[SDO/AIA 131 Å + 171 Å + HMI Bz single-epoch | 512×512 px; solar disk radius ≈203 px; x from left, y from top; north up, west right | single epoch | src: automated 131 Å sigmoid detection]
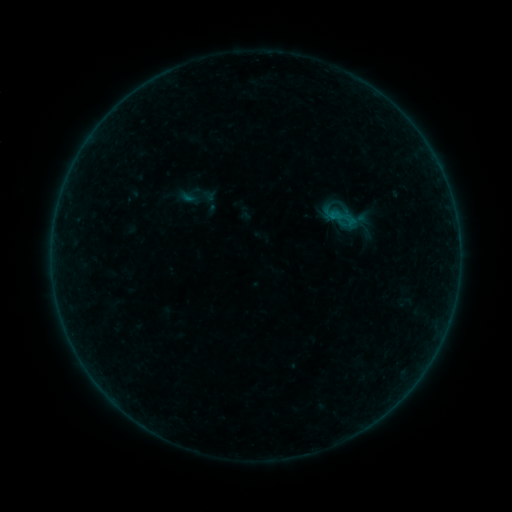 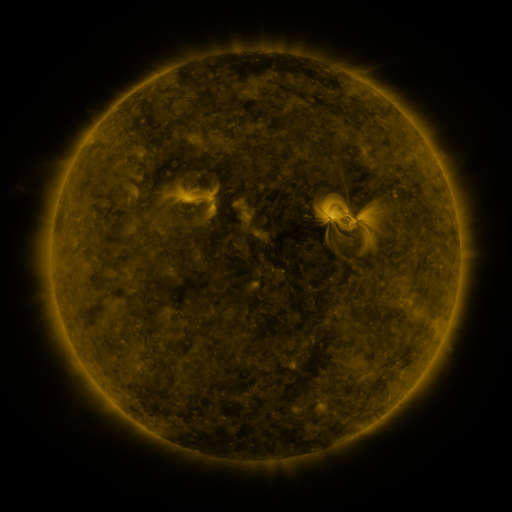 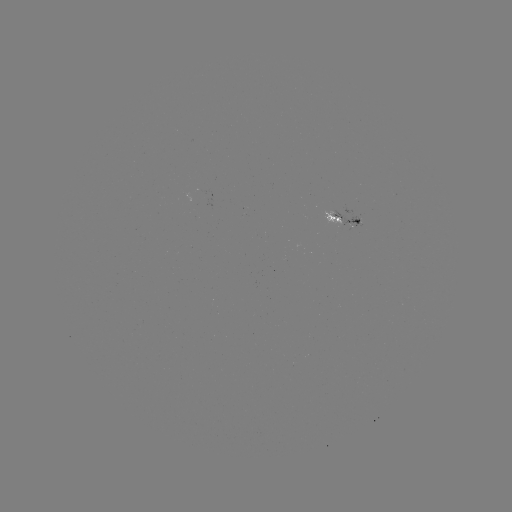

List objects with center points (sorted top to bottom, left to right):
sigmoid: [177, 177, 217, 217]
sigmoid: [328, 201, 361, 234]
